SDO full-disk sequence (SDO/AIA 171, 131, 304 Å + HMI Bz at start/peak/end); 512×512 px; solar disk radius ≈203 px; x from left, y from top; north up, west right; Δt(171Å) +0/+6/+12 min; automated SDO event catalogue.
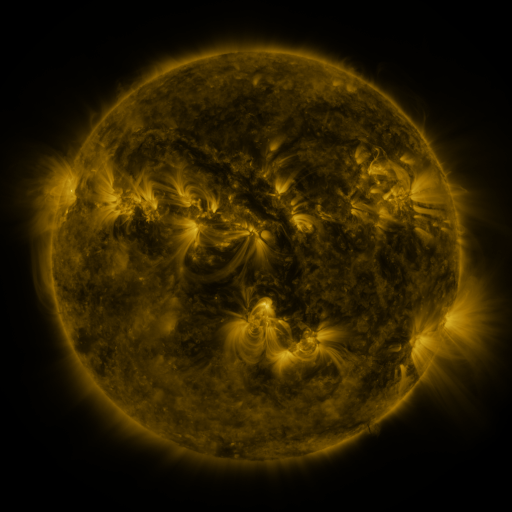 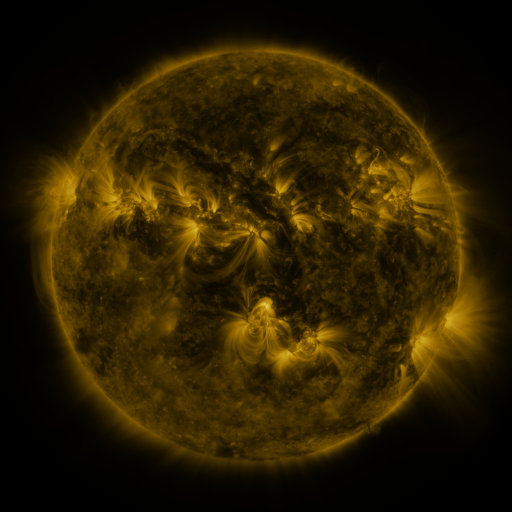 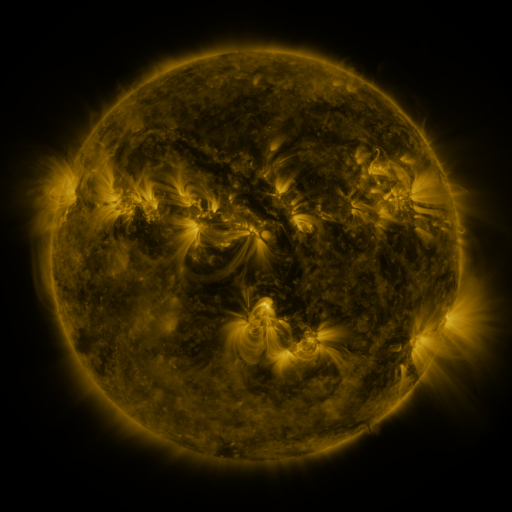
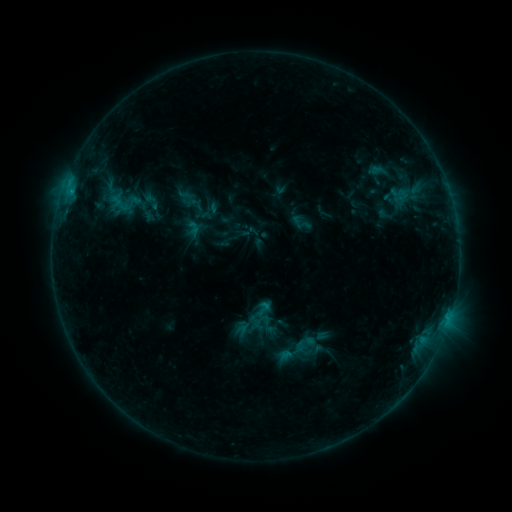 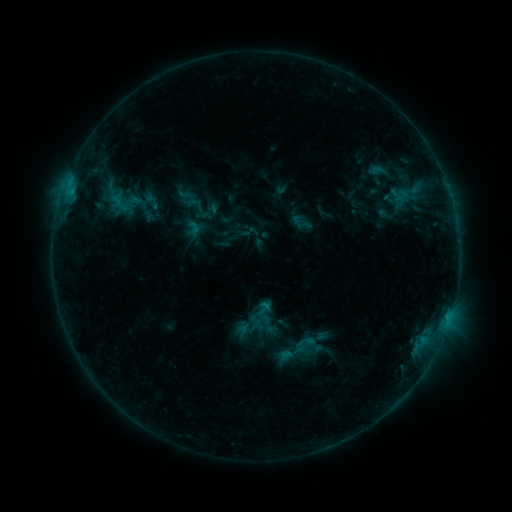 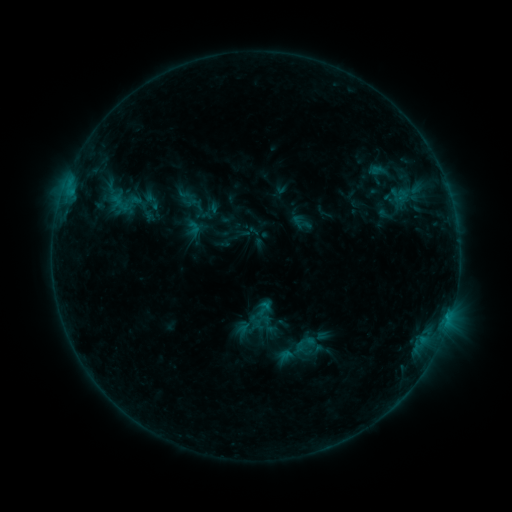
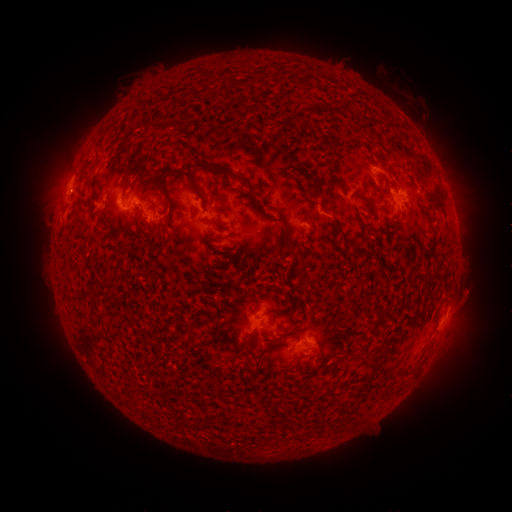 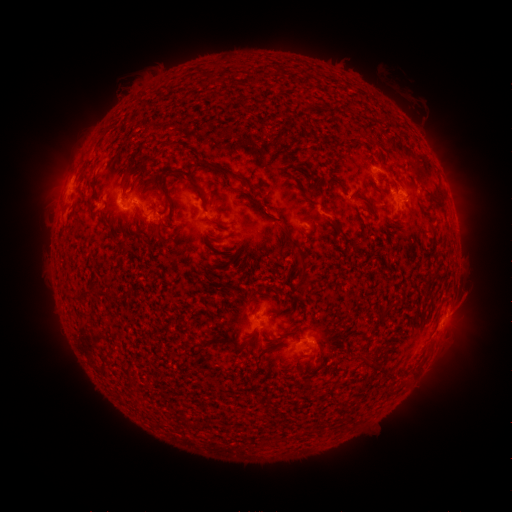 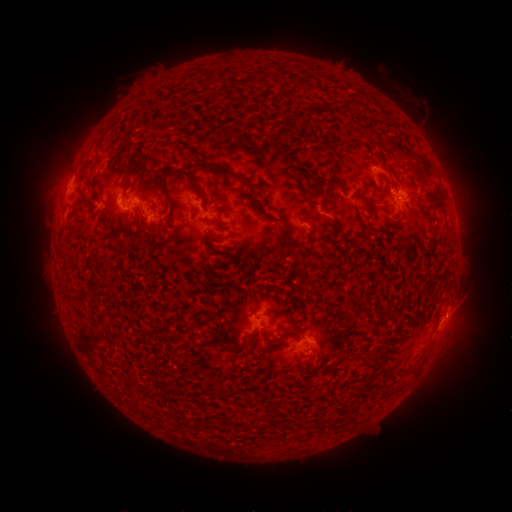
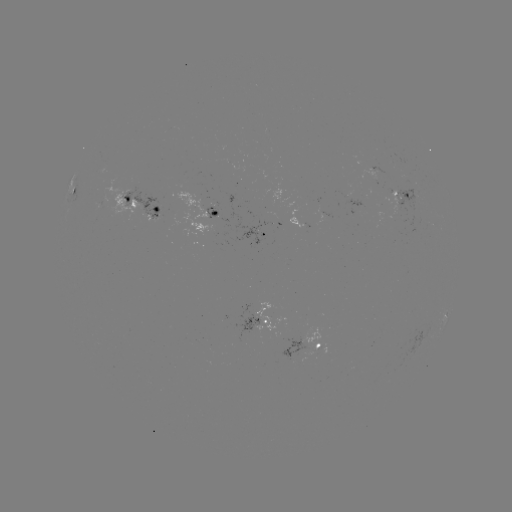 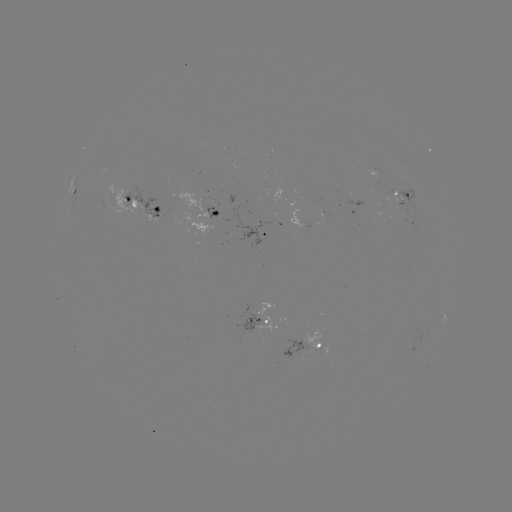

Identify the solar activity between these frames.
nothing was catalogued: no classed flare, no EUV trigger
